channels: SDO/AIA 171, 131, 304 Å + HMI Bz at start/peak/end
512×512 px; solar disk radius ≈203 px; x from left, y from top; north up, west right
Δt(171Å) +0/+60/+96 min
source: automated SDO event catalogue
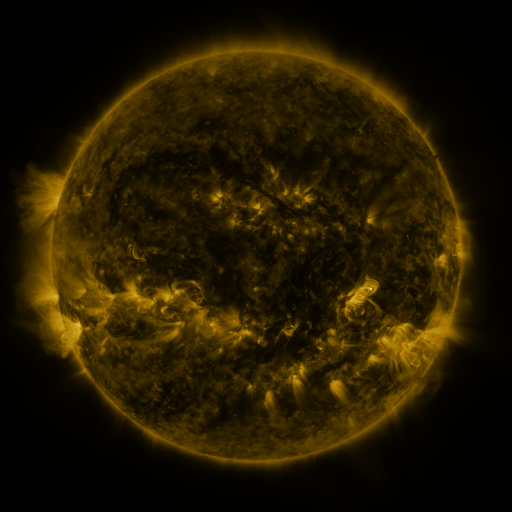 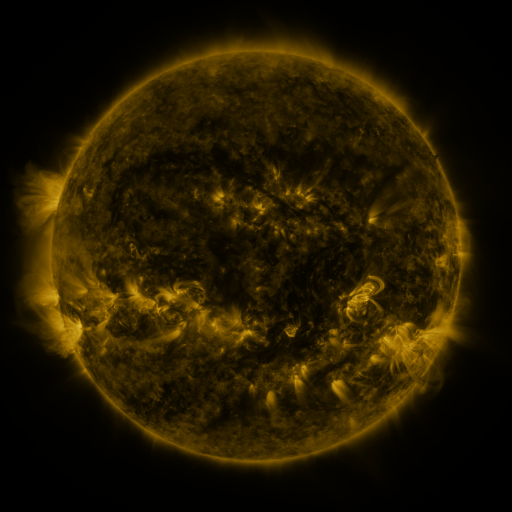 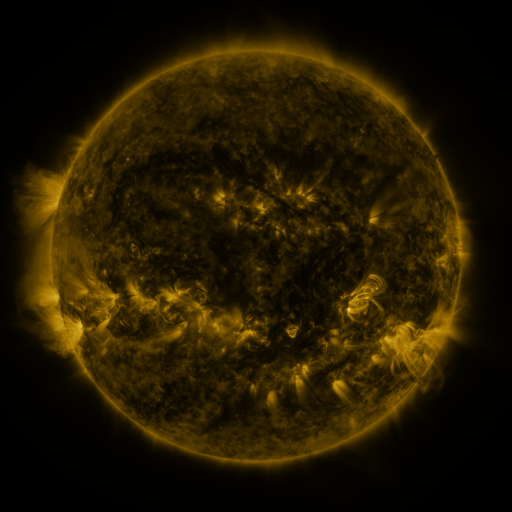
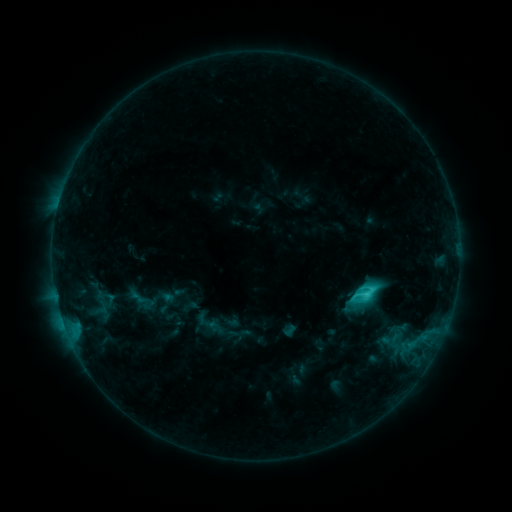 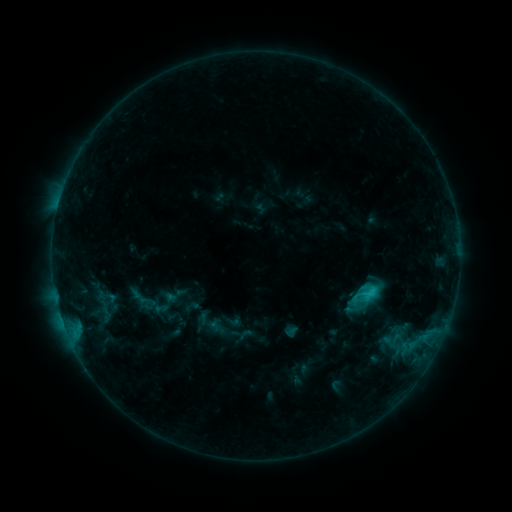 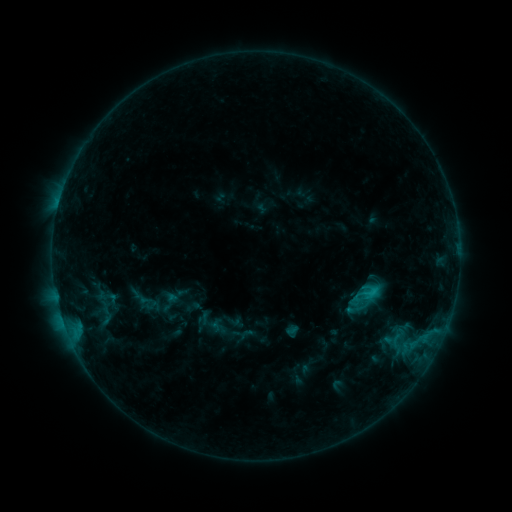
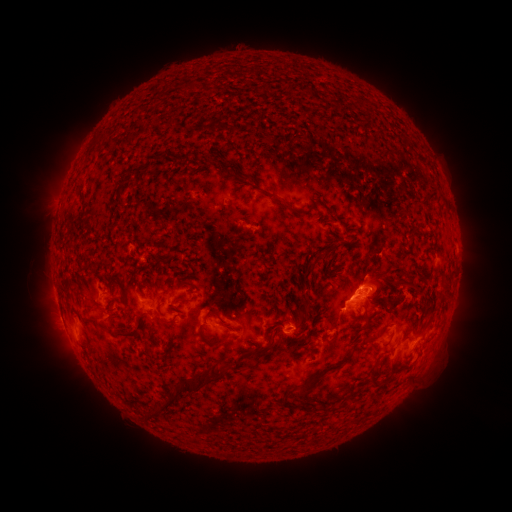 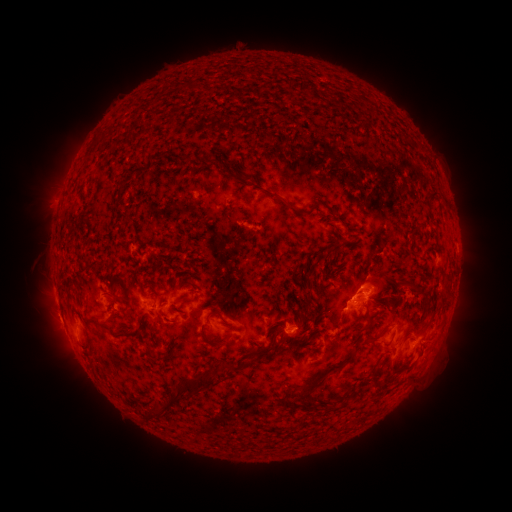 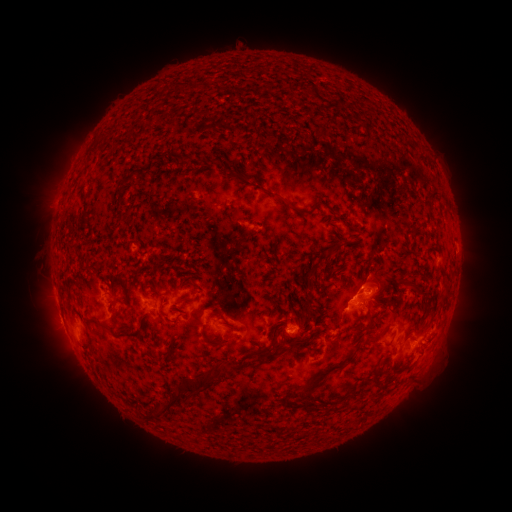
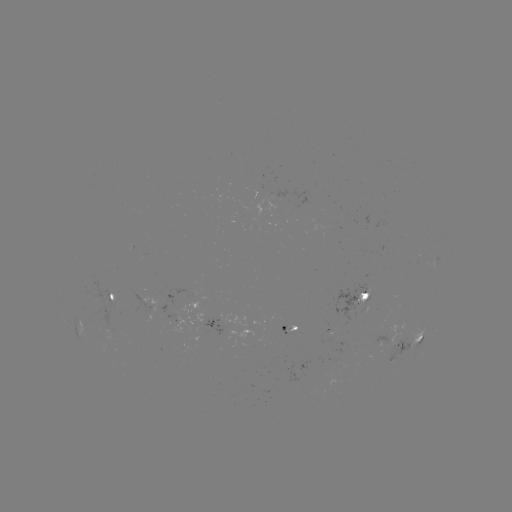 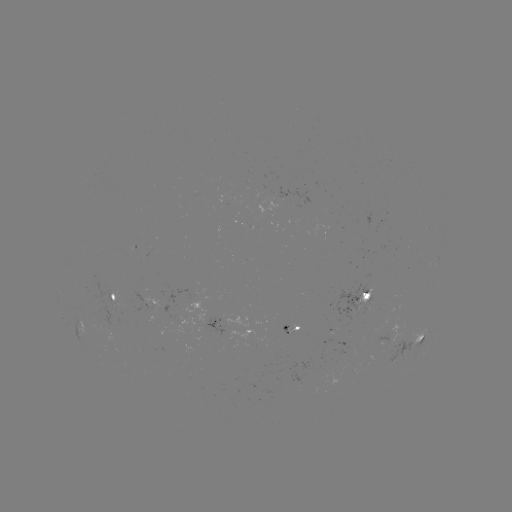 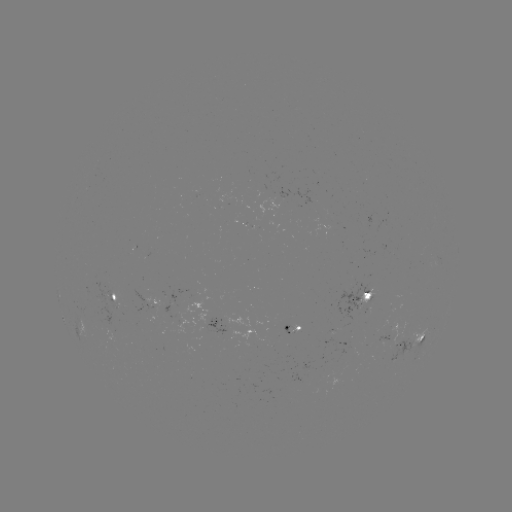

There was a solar emerging-flux region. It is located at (393, 345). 